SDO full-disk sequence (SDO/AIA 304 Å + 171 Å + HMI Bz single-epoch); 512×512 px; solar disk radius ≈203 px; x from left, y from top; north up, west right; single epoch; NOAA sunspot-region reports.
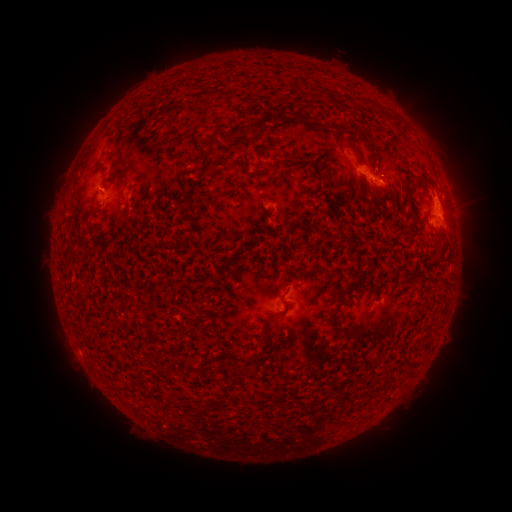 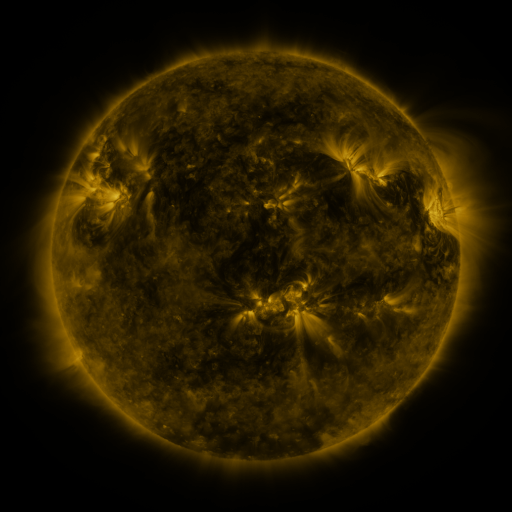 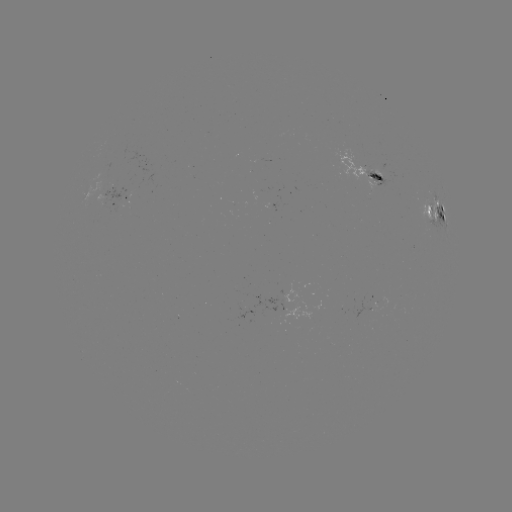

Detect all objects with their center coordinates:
spotted active region: (363, 166)
spotted active region: (117, 195)
spotted active region: (437, 210)
